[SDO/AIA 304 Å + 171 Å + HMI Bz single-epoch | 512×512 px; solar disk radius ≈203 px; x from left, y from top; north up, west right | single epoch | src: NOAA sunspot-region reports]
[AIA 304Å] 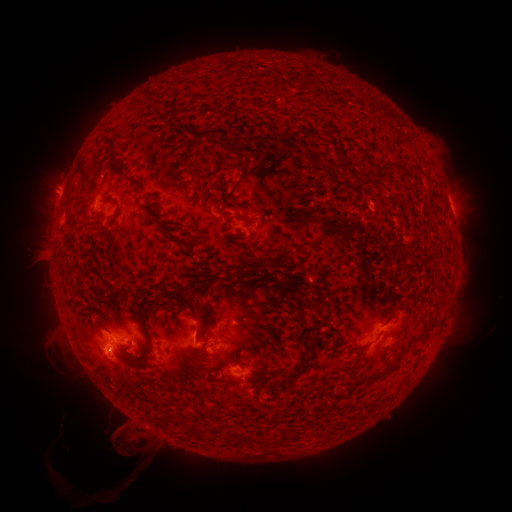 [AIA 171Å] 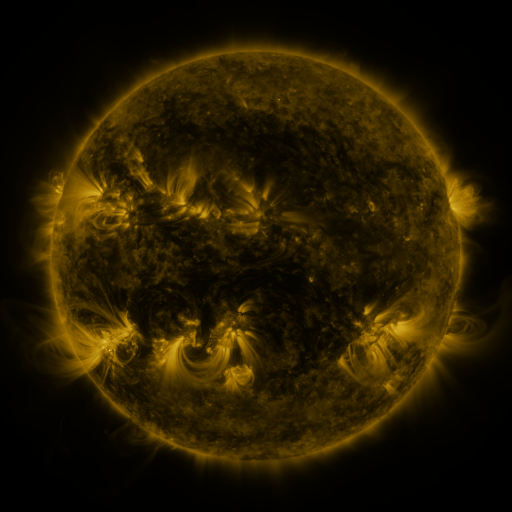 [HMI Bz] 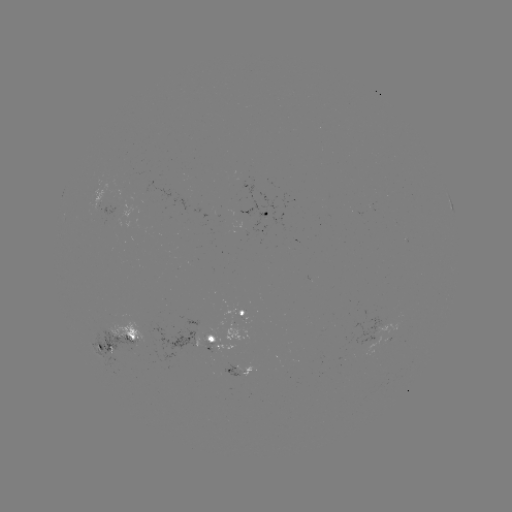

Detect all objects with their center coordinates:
spotted active region: (449, 202)
spotted active region: (96, 207)
spotted active region: (262, 215)
spotted active region: (245, 310)
spotted active region: (212, 340)
spotted active region: (117, 344)
spotted active region: (240, 371)
